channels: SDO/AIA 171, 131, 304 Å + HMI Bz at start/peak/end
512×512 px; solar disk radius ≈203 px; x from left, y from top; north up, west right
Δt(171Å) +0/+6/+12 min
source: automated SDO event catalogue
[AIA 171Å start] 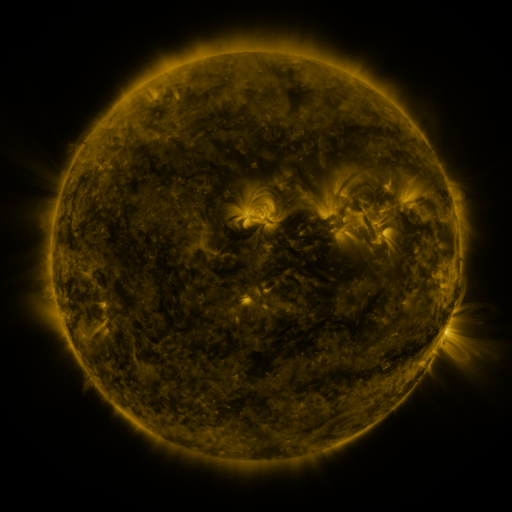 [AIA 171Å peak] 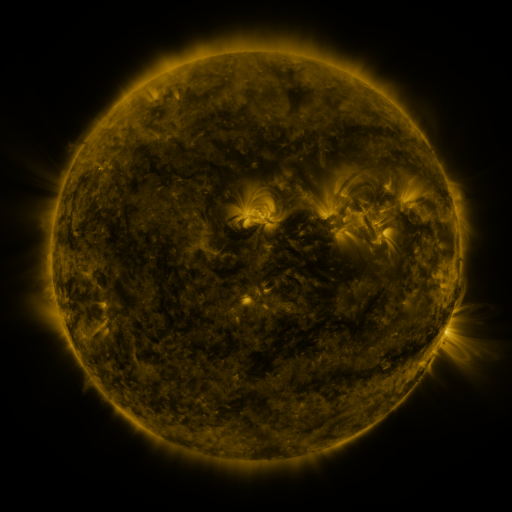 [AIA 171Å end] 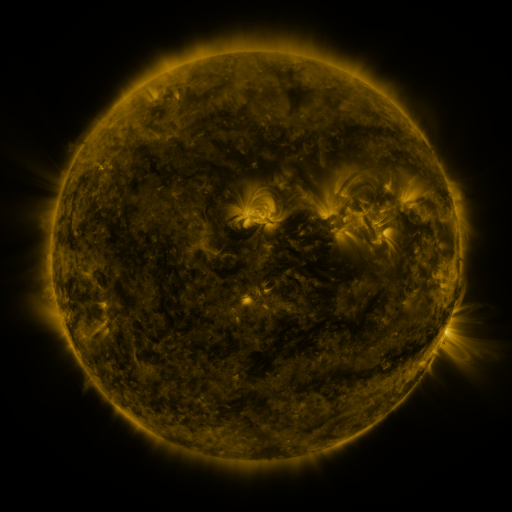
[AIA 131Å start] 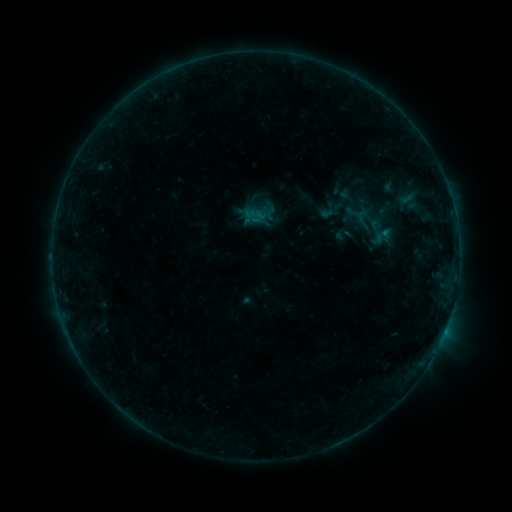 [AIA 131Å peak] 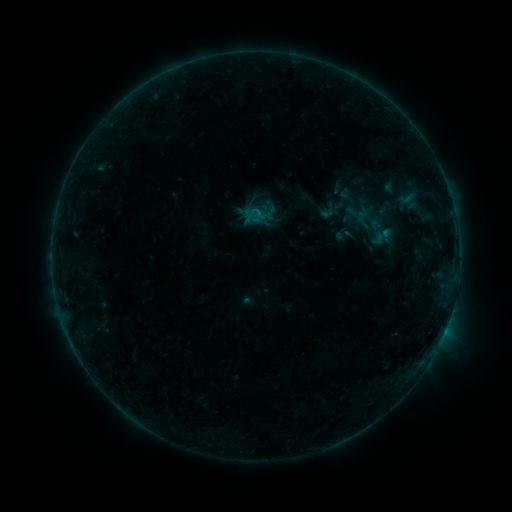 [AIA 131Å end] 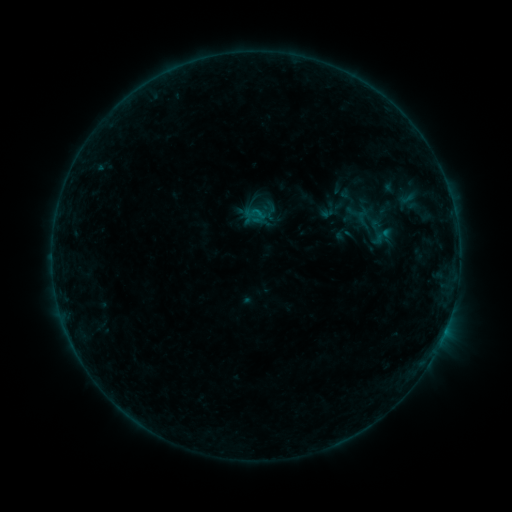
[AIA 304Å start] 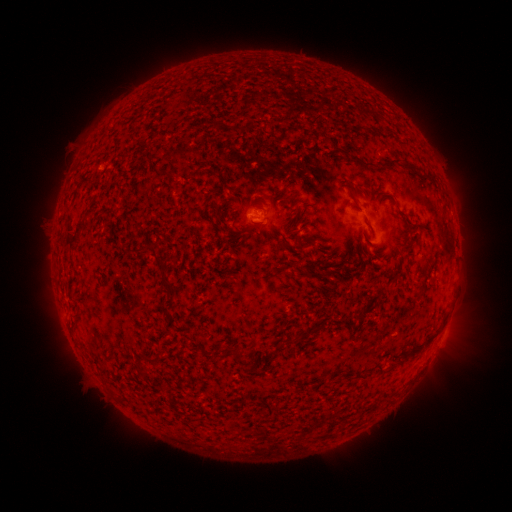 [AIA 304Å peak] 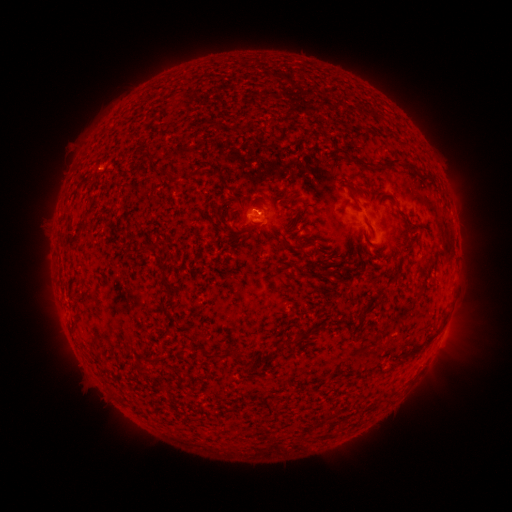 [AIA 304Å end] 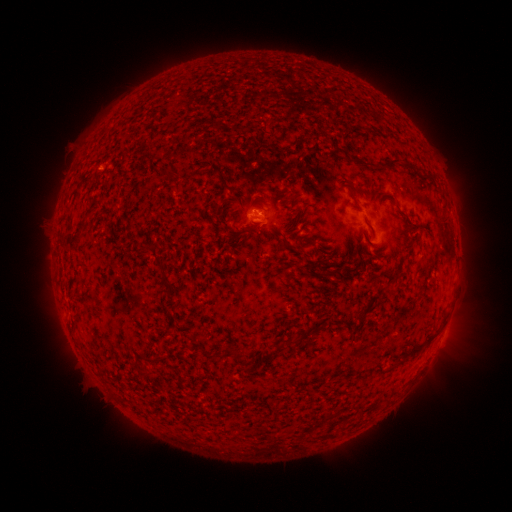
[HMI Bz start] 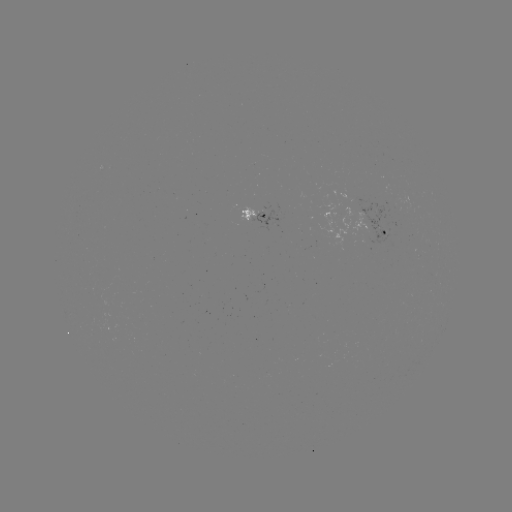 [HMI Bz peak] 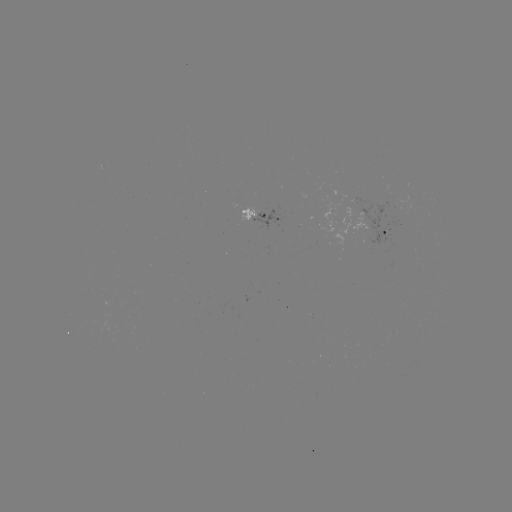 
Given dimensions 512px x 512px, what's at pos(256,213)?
B2.9 flare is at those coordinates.